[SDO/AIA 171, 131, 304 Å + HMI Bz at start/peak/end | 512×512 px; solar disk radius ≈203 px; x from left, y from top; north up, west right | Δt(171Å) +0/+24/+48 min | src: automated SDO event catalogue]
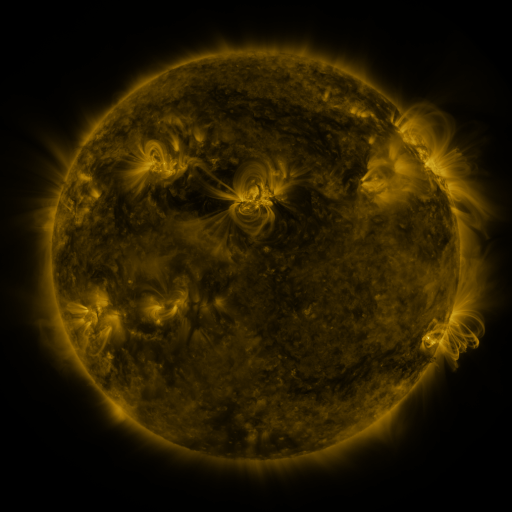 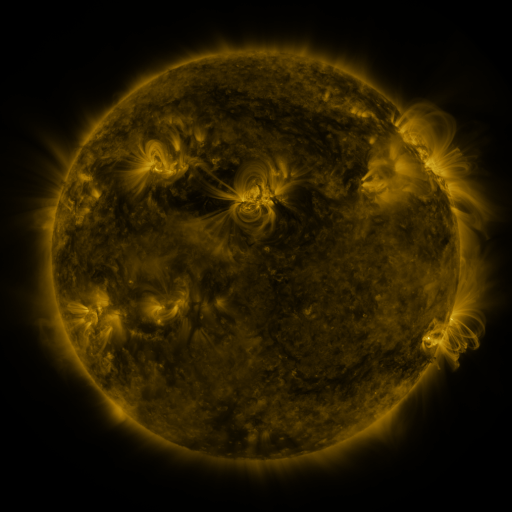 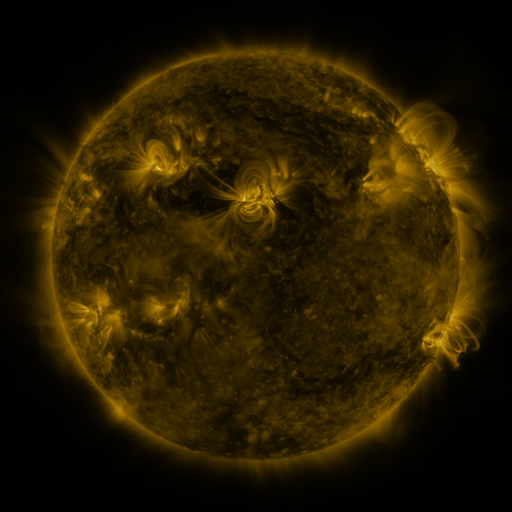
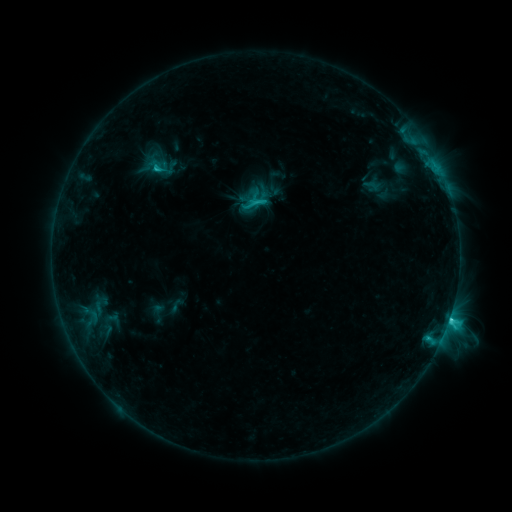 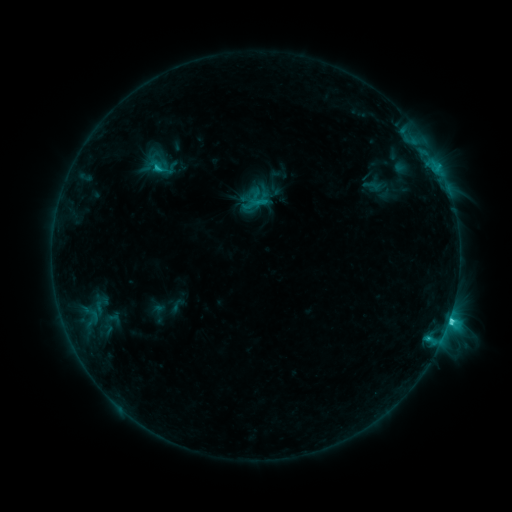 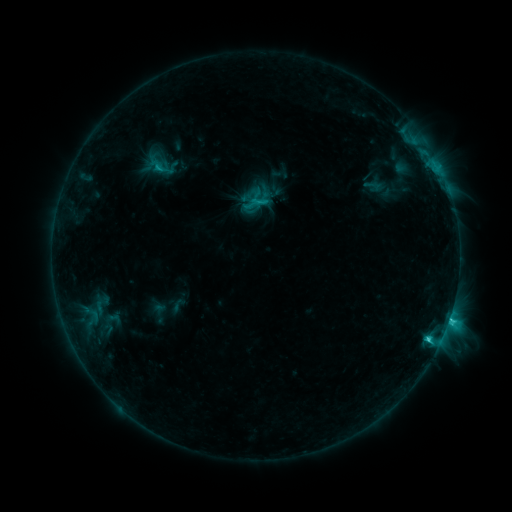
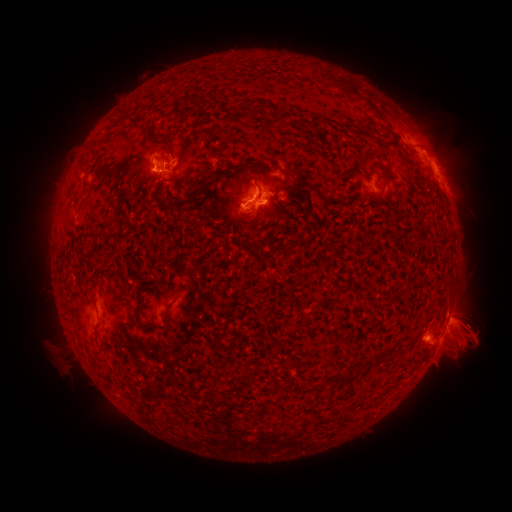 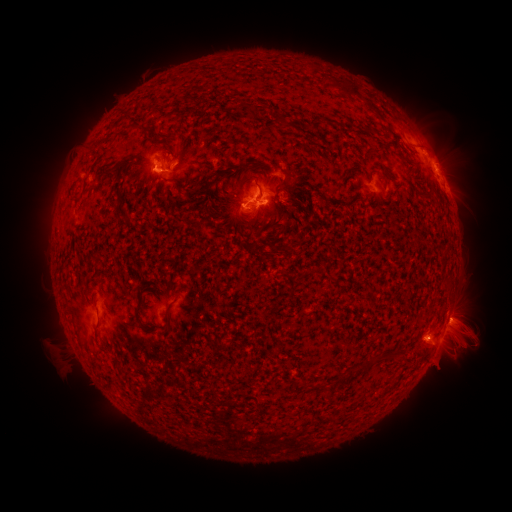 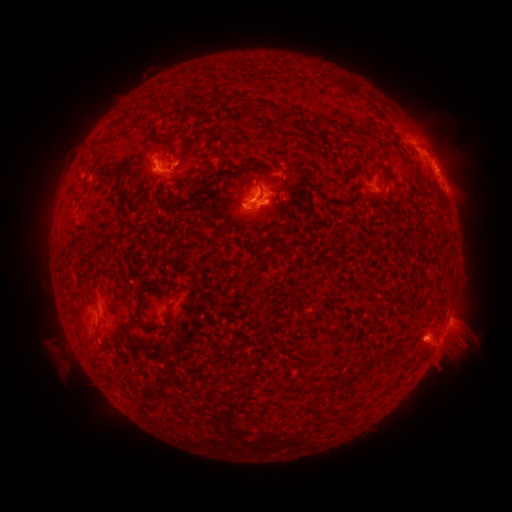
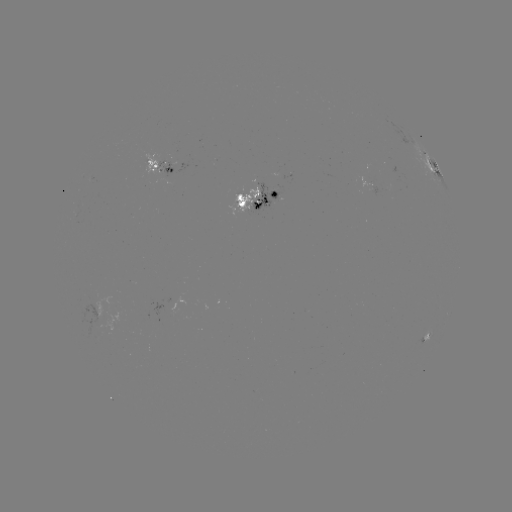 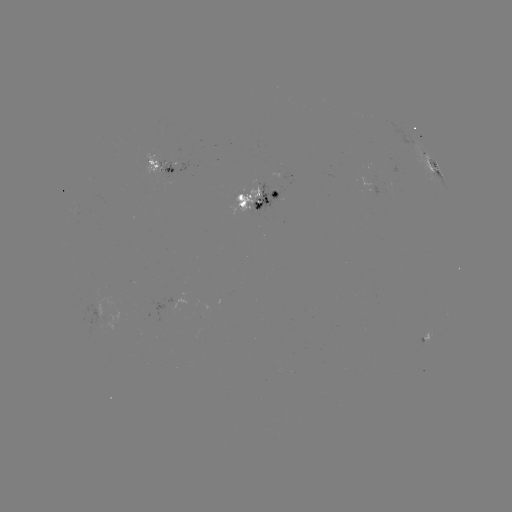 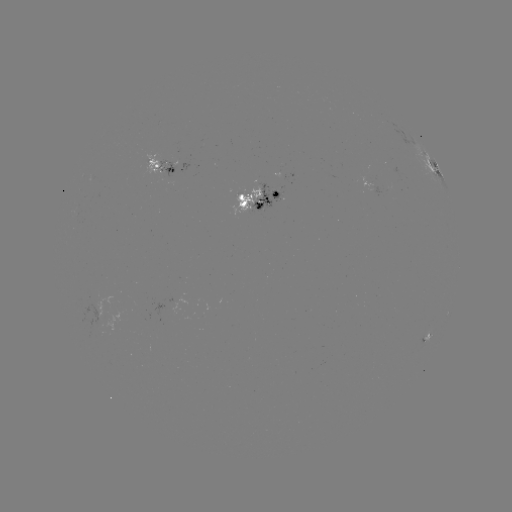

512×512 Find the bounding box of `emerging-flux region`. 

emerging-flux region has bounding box [229, 184, 261, 215].